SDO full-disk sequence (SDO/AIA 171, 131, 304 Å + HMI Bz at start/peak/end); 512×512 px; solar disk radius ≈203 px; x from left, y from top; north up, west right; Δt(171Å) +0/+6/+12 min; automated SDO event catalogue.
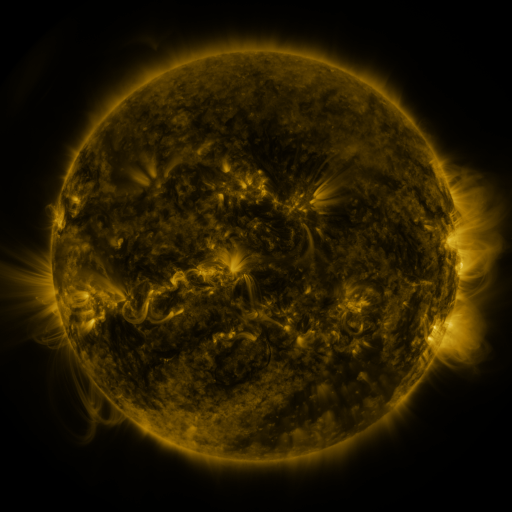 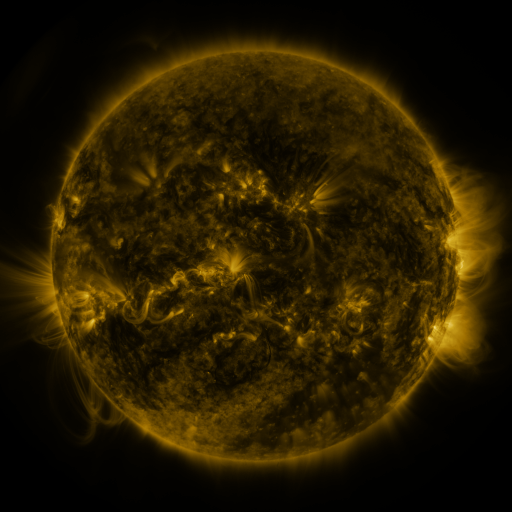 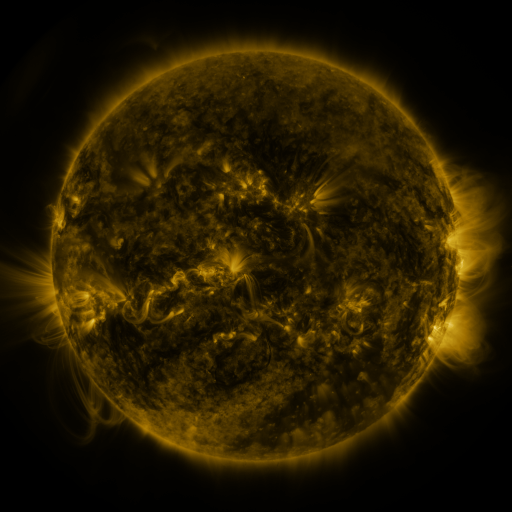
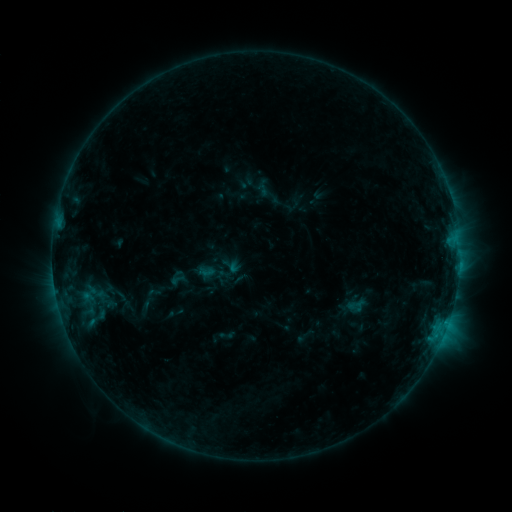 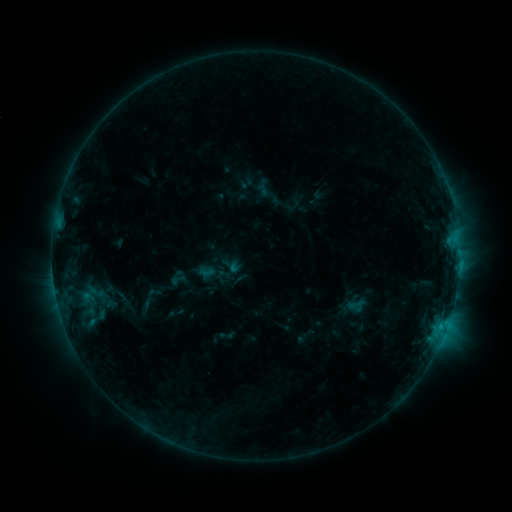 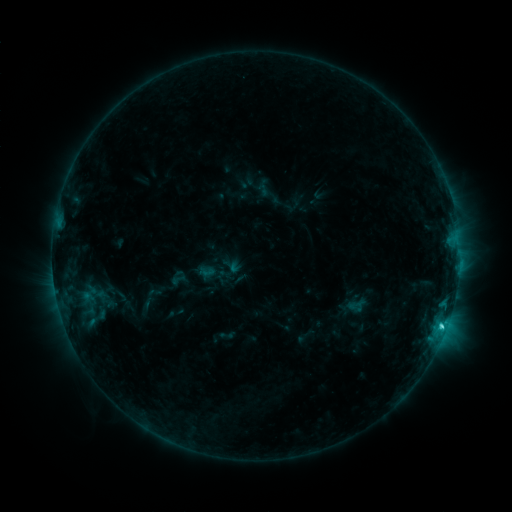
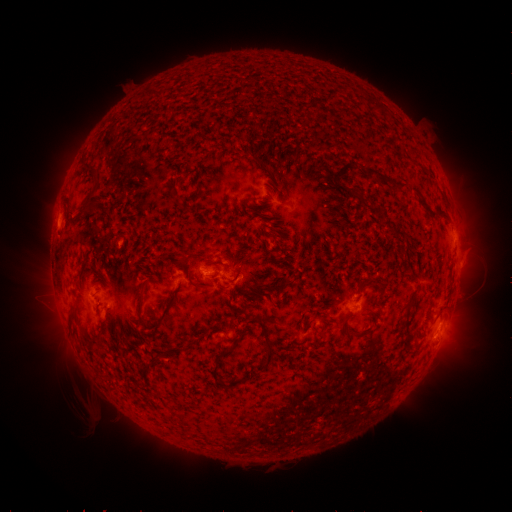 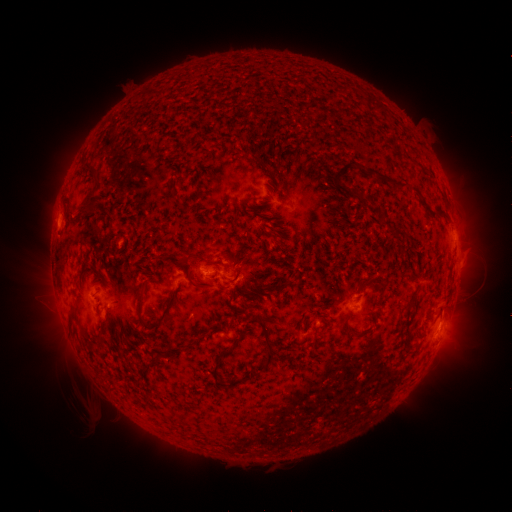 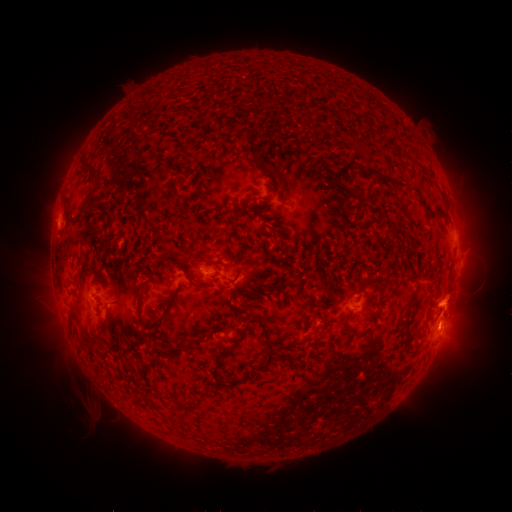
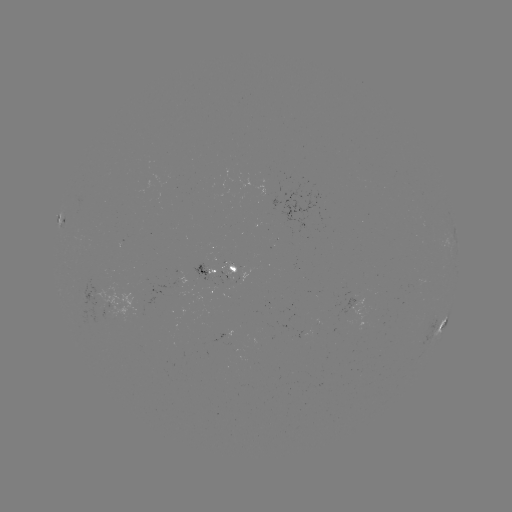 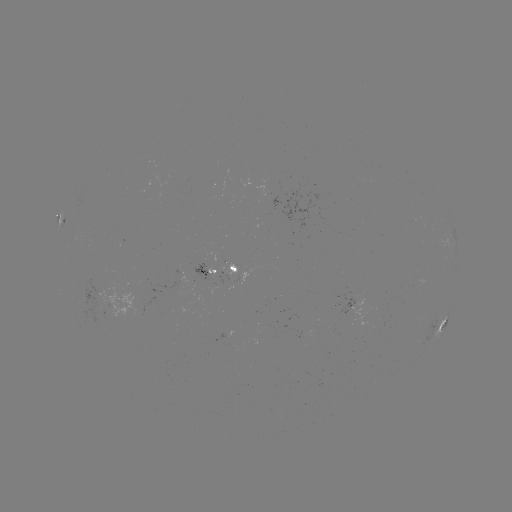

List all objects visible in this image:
eruption: (452, 313)
